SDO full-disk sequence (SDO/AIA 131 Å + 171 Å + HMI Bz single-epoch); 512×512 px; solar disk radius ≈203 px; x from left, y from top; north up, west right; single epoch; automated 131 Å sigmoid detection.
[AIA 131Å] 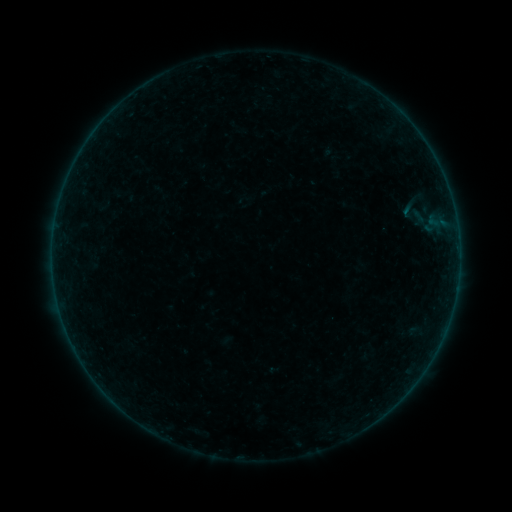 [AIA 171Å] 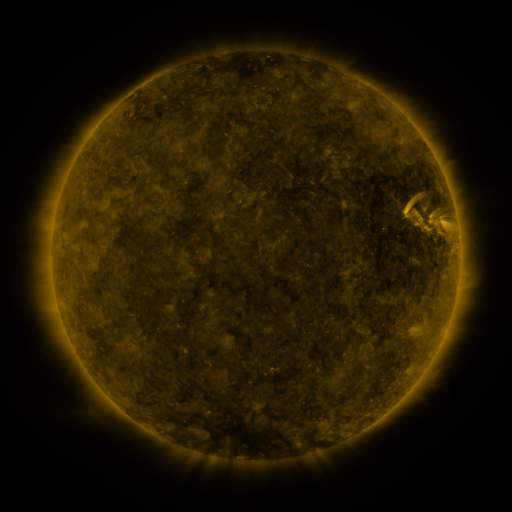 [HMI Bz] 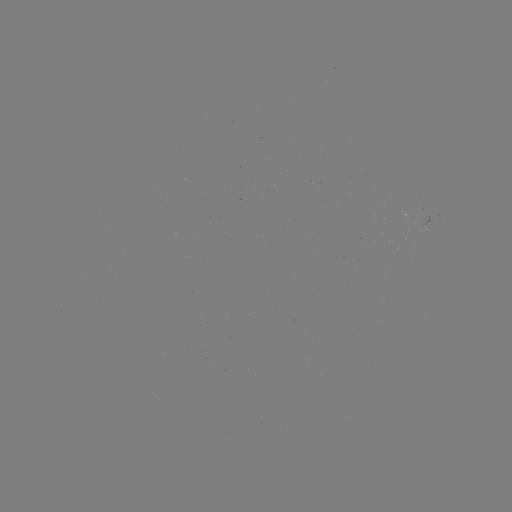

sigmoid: (394, 194, 421, 223)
